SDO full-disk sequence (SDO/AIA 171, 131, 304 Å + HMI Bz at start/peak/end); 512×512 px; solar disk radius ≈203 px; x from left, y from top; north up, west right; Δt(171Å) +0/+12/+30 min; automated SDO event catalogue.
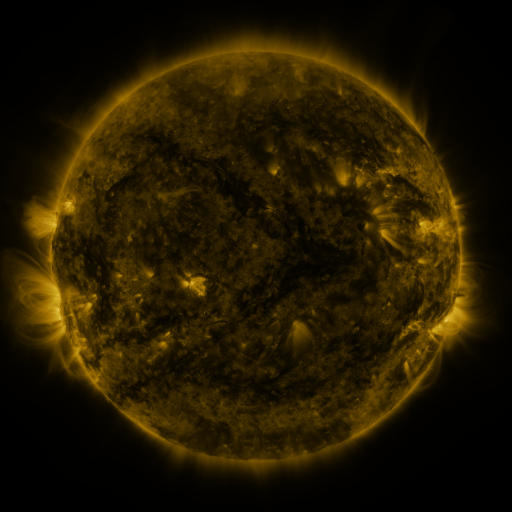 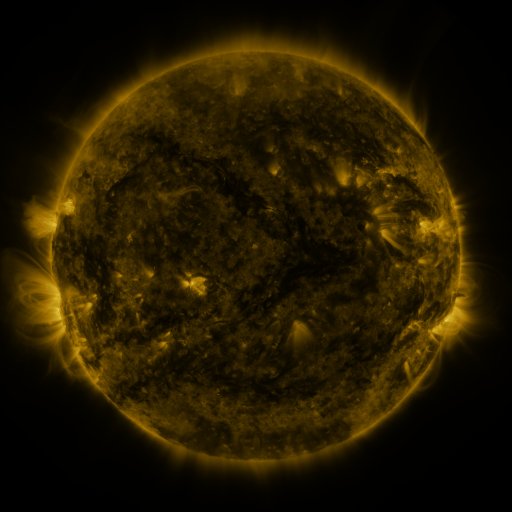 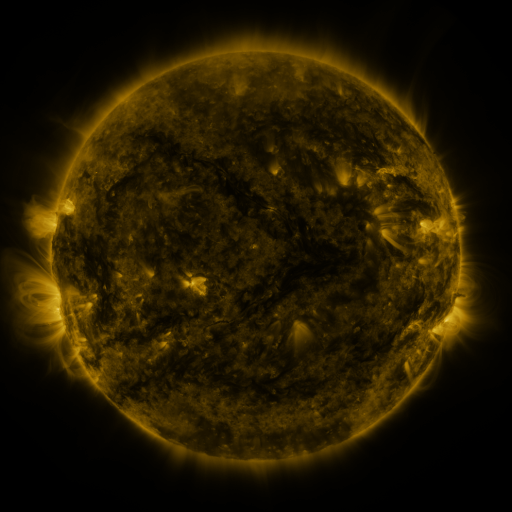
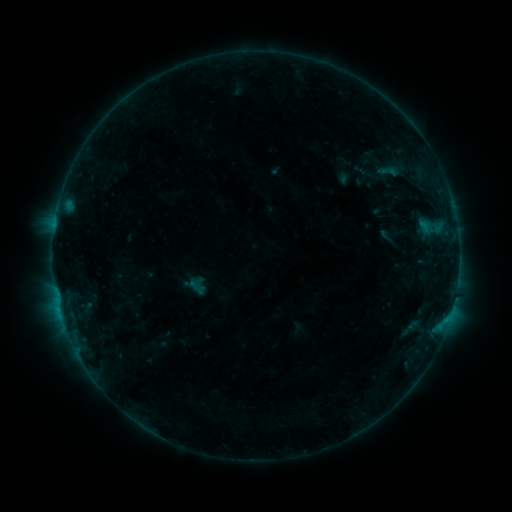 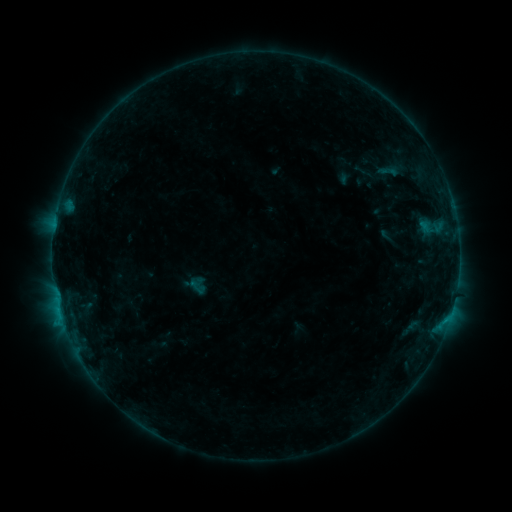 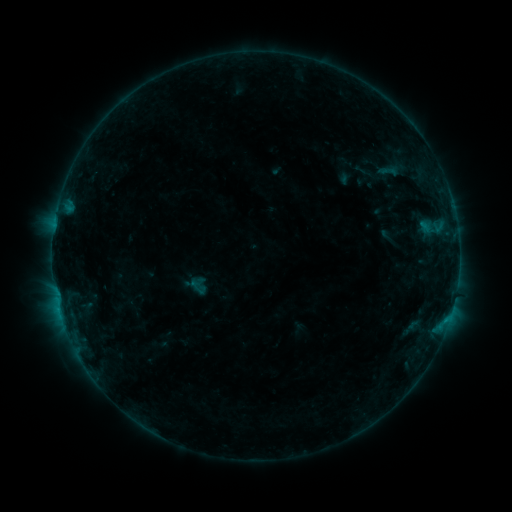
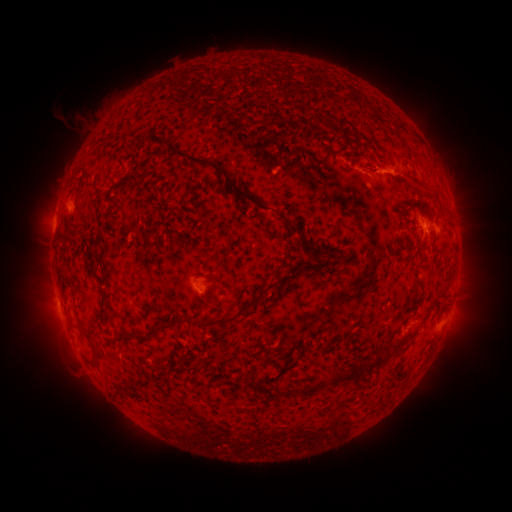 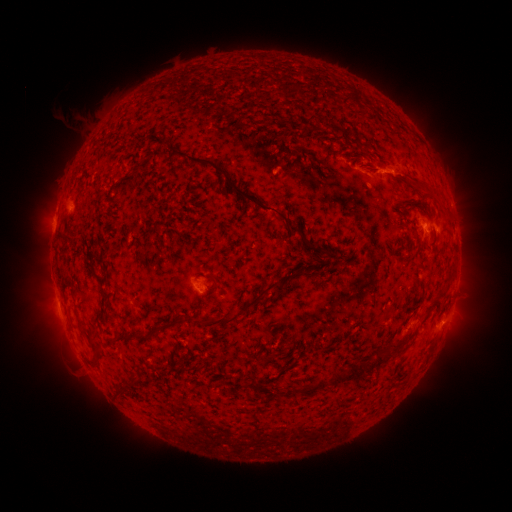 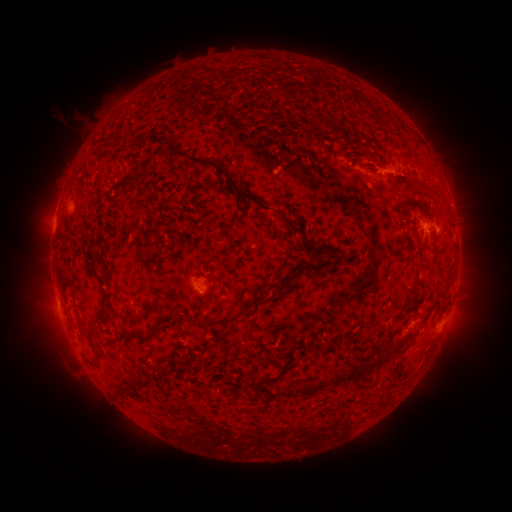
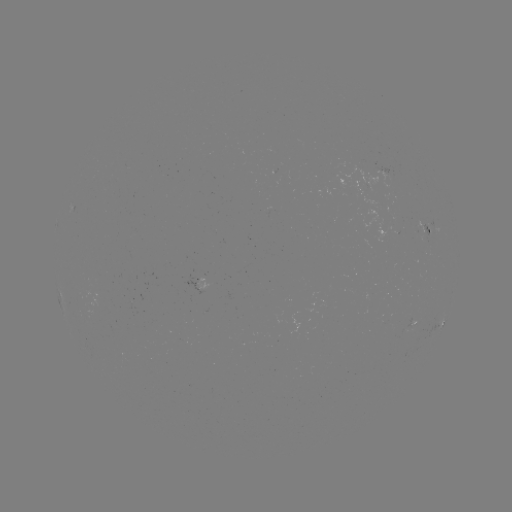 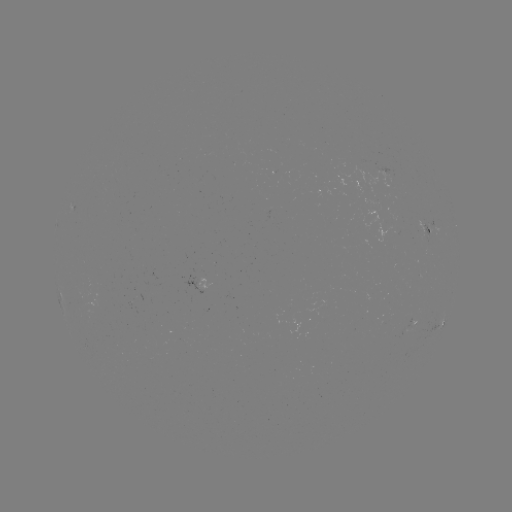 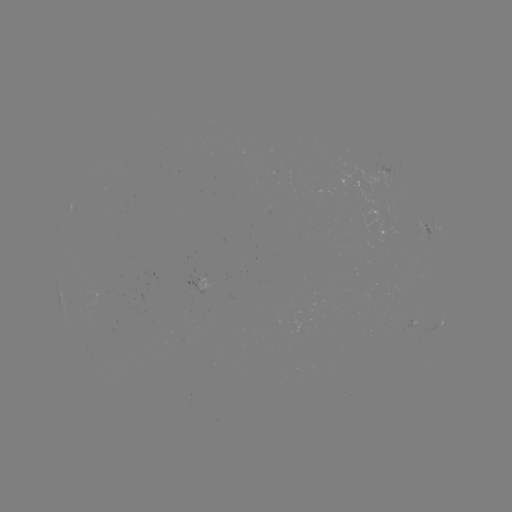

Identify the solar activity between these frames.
B4.7 flare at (445, 321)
